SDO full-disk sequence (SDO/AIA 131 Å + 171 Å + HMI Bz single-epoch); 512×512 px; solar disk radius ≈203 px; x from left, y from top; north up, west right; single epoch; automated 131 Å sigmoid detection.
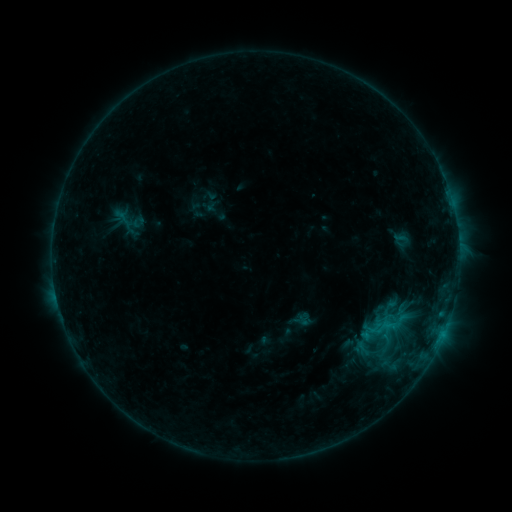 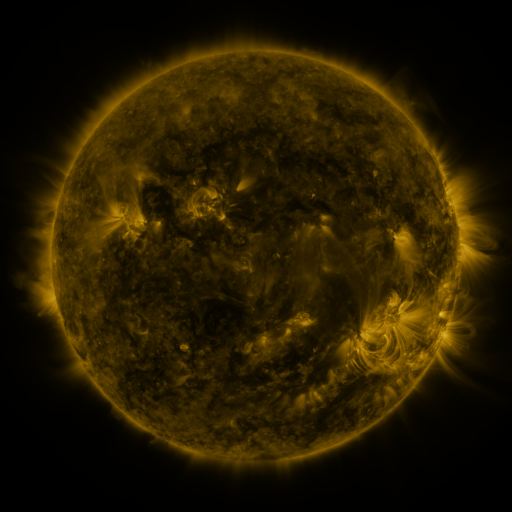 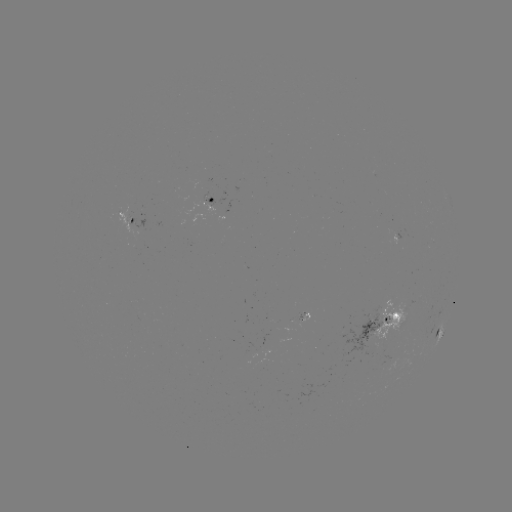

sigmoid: <bbox>114, 206, 140, 237</bbox>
